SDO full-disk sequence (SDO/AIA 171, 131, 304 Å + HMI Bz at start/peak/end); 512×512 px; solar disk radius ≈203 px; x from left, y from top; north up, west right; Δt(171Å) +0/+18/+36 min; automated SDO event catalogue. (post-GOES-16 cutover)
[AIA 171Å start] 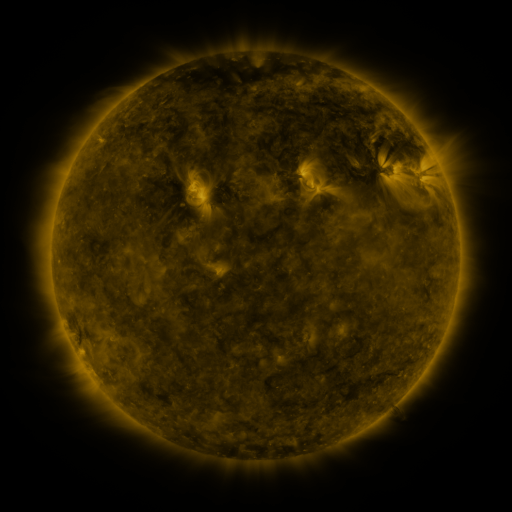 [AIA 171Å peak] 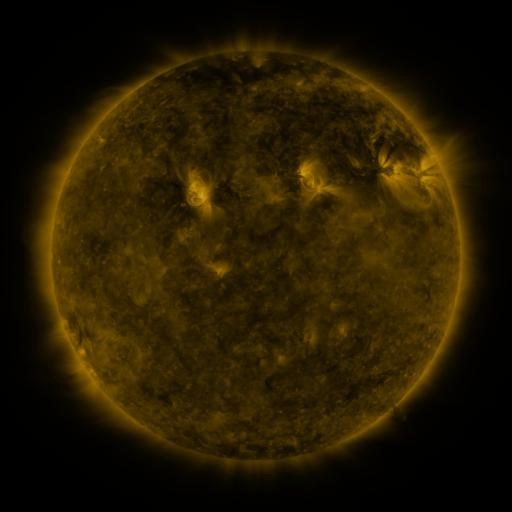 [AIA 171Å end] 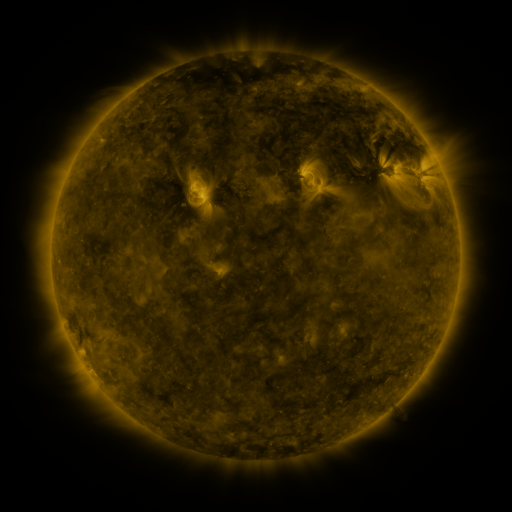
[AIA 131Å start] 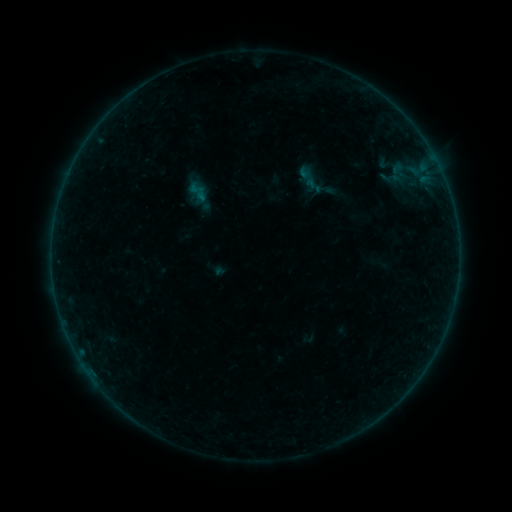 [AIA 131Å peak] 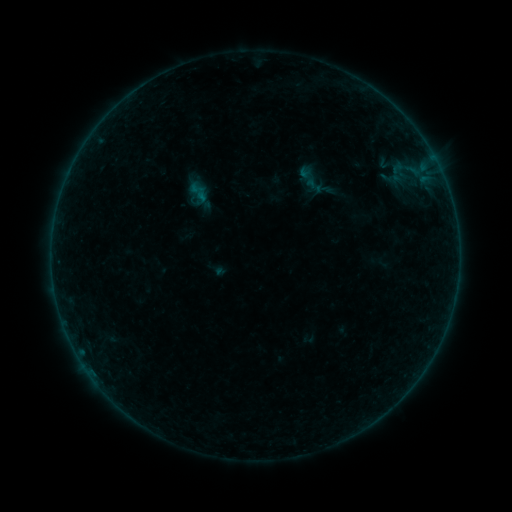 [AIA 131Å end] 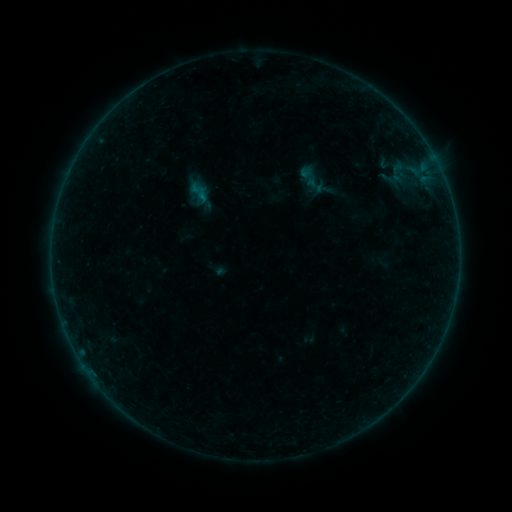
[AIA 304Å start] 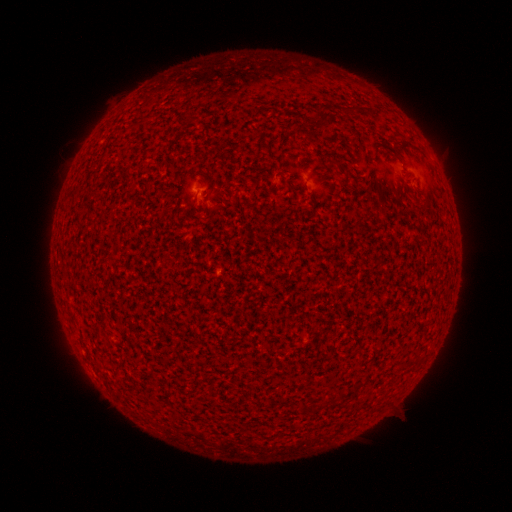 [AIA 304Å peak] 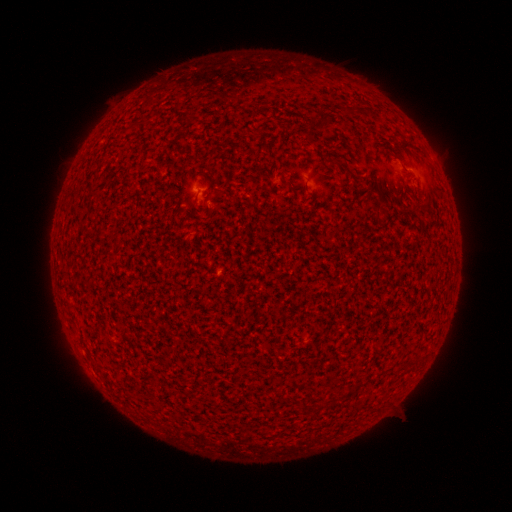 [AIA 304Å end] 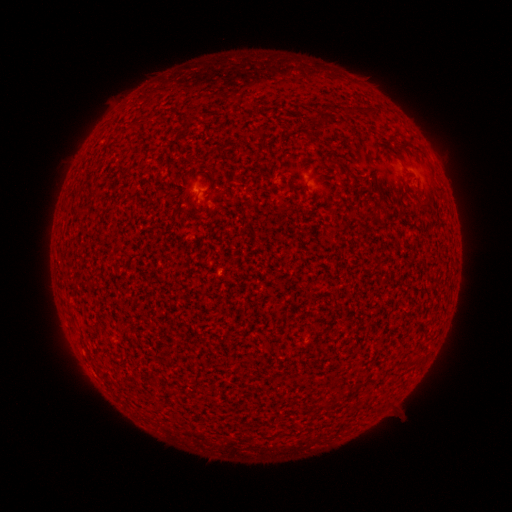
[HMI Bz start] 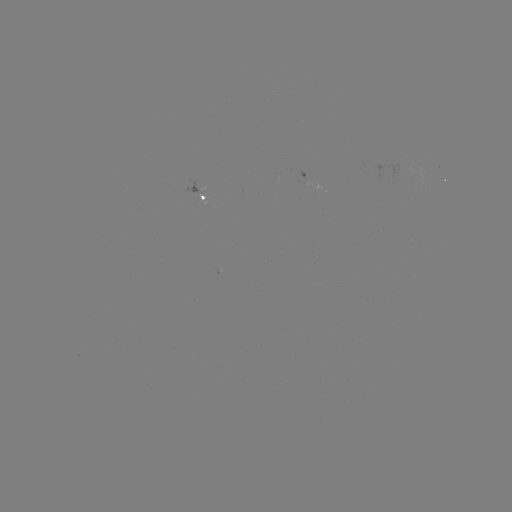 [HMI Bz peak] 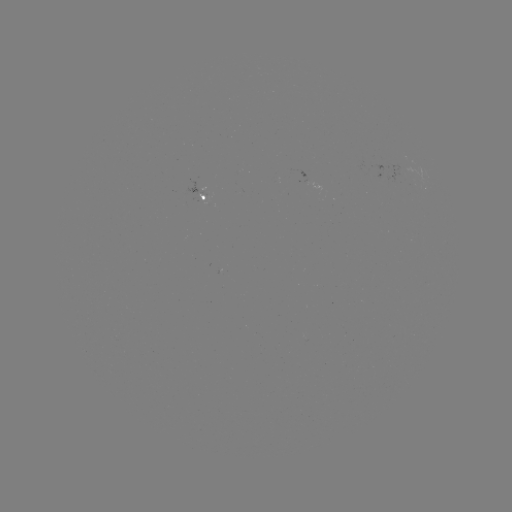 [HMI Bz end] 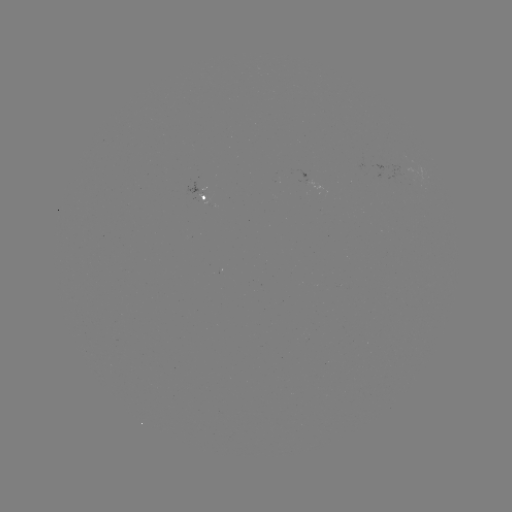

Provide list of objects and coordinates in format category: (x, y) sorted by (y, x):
A5.7 flare: (405, 168)
